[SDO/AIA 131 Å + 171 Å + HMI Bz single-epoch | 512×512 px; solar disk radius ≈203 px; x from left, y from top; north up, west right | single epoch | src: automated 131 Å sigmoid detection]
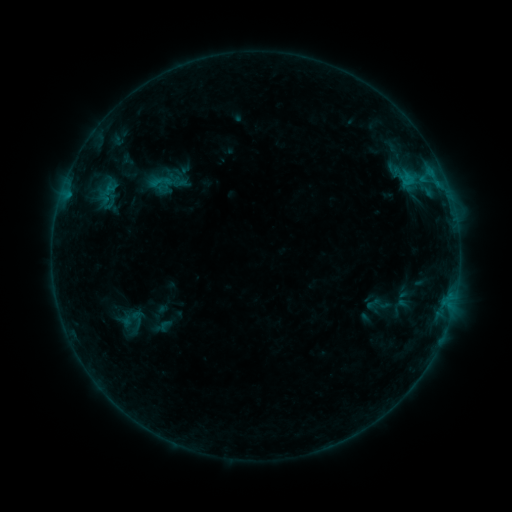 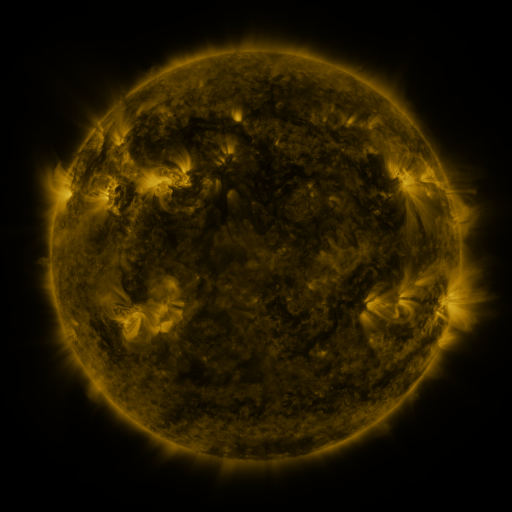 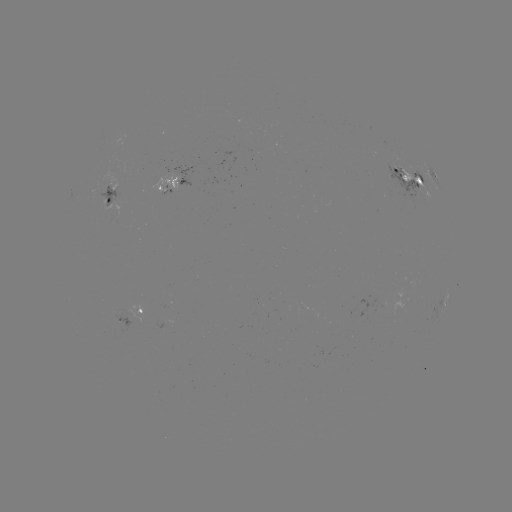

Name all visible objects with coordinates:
sigmoid: (149, 170, 172, 194)
